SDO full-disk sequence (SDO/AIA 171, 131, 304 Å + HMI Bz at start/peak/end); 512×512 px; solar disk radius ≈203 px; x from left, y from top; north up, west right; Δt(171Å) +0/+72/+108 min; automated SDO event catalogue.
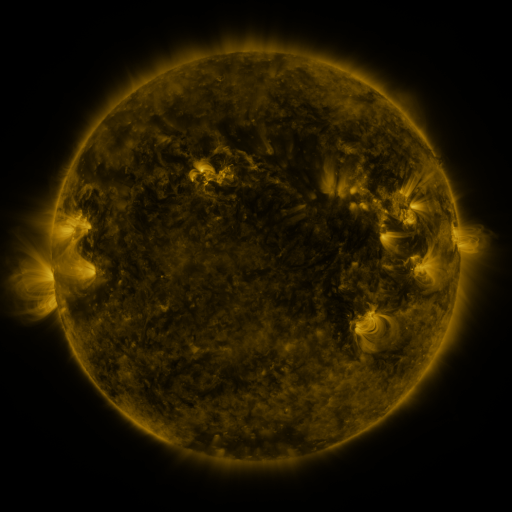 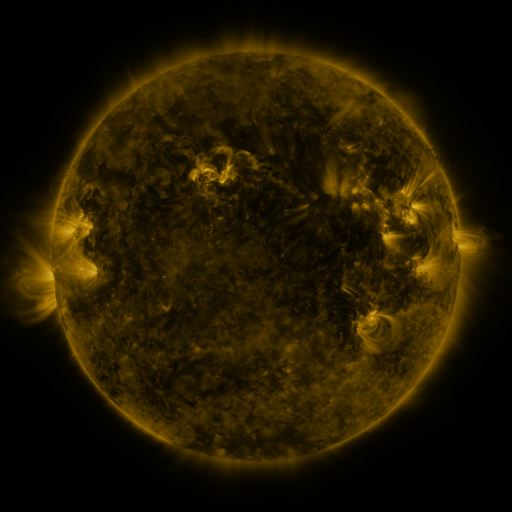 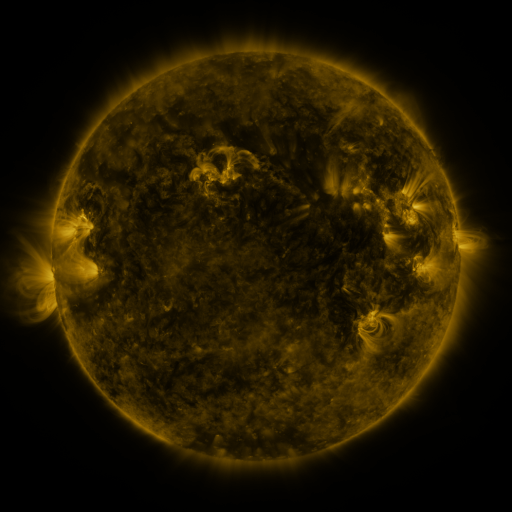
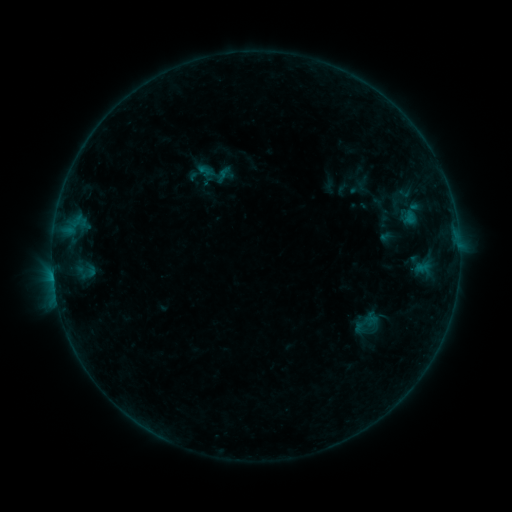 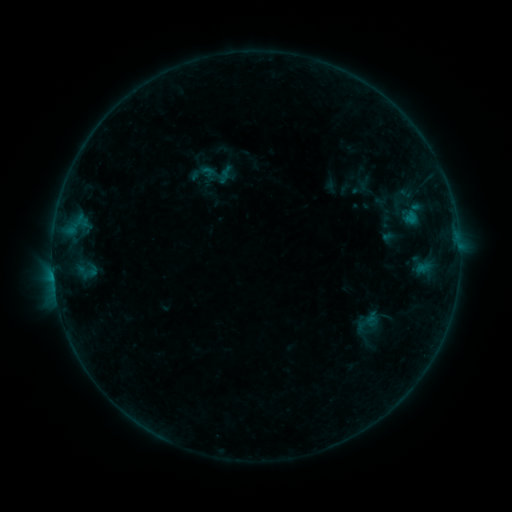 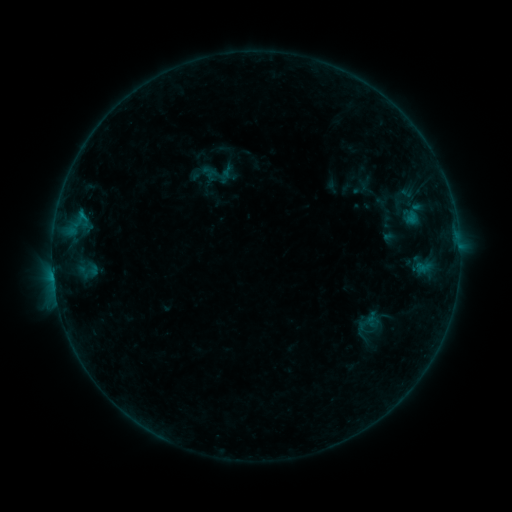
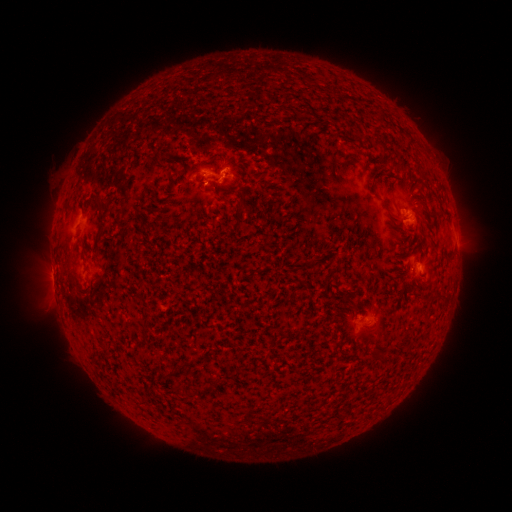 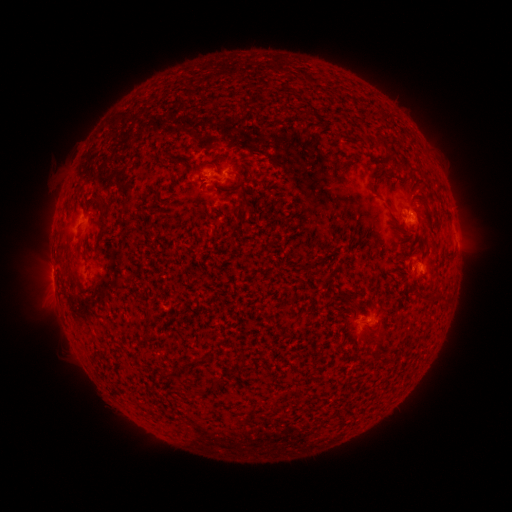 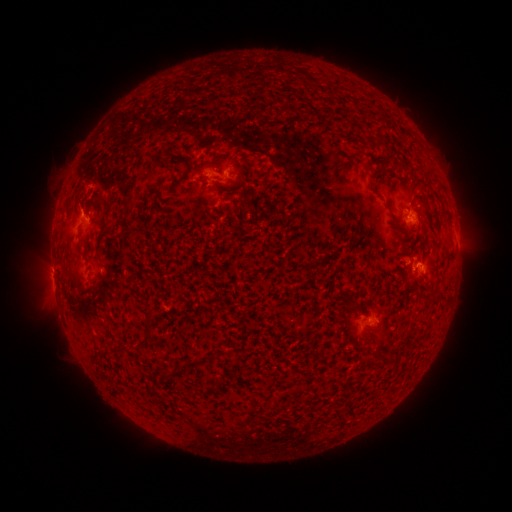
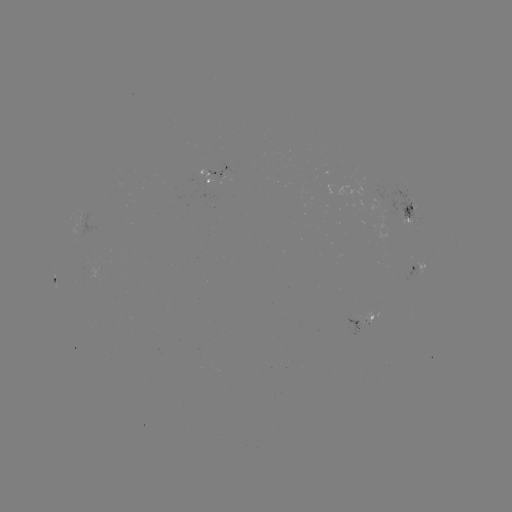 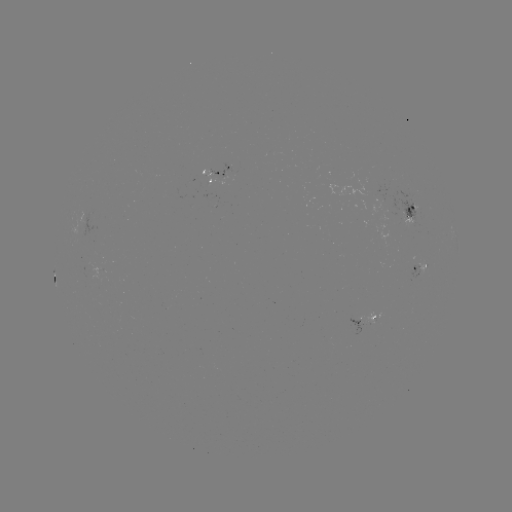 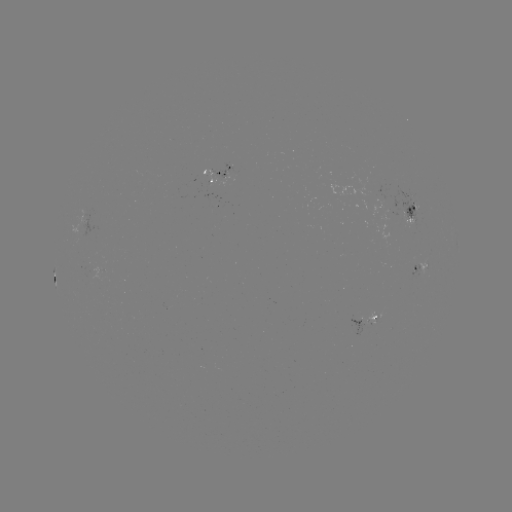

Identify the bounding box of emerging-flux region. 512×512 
[410, 265, 418, 279].